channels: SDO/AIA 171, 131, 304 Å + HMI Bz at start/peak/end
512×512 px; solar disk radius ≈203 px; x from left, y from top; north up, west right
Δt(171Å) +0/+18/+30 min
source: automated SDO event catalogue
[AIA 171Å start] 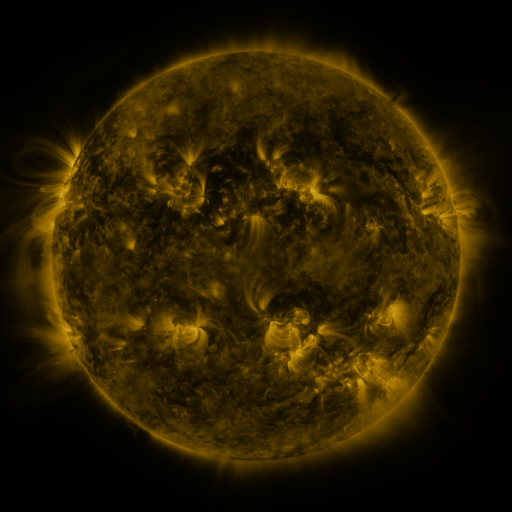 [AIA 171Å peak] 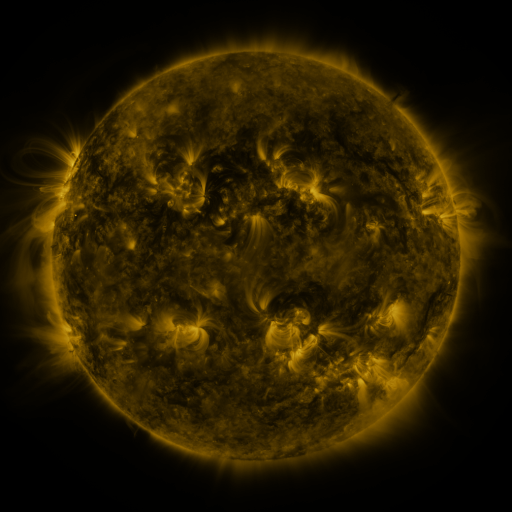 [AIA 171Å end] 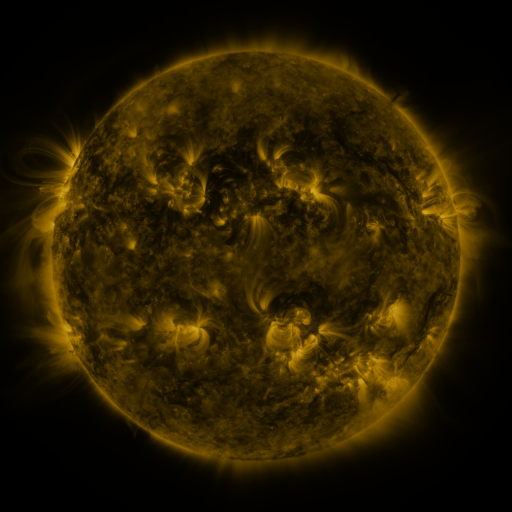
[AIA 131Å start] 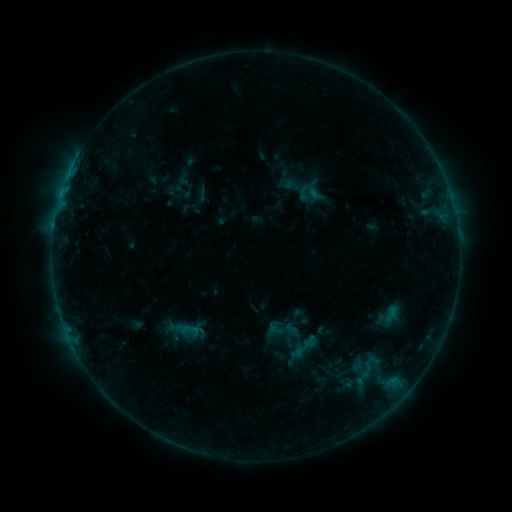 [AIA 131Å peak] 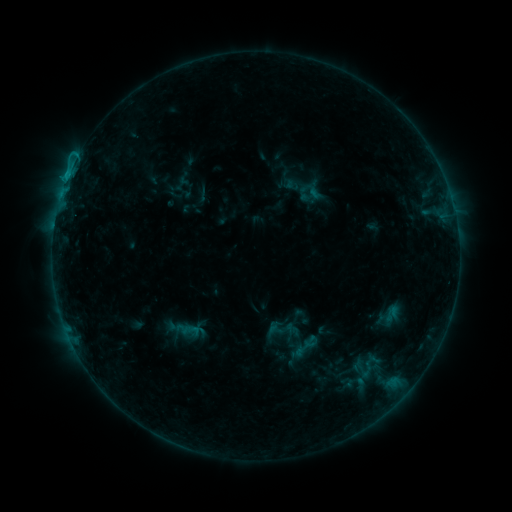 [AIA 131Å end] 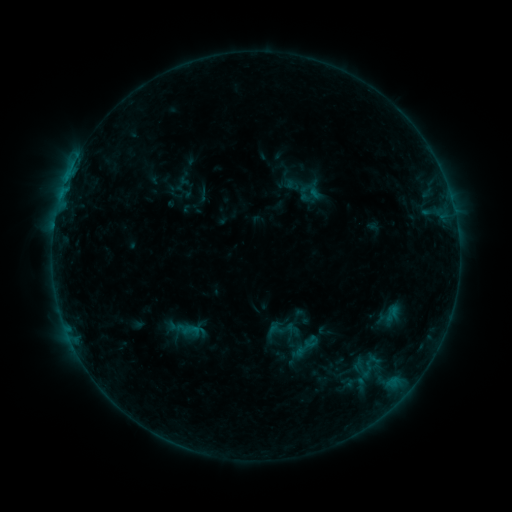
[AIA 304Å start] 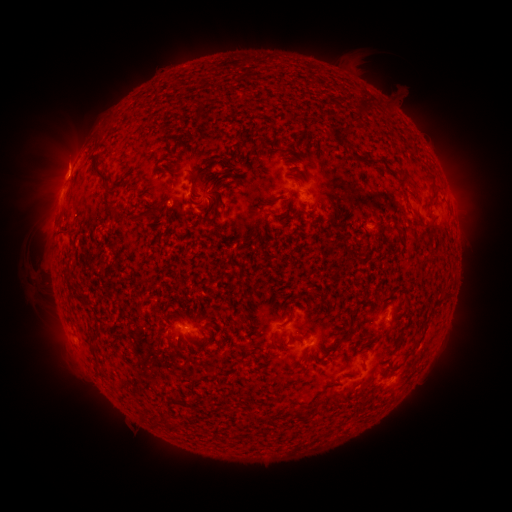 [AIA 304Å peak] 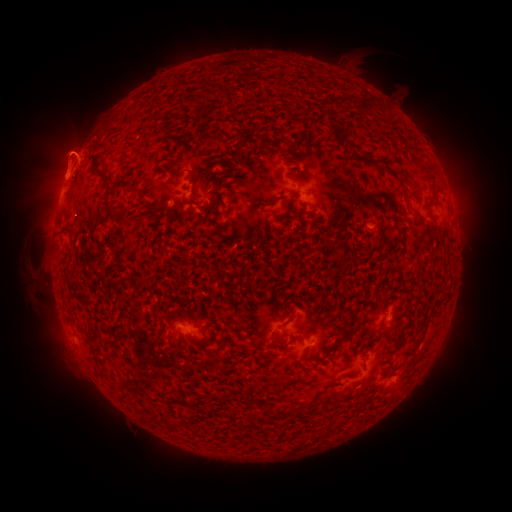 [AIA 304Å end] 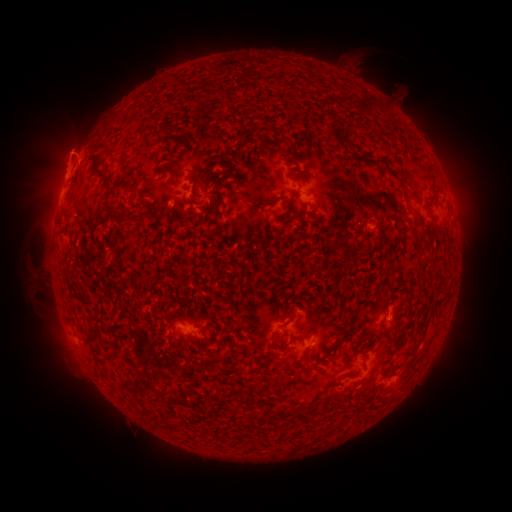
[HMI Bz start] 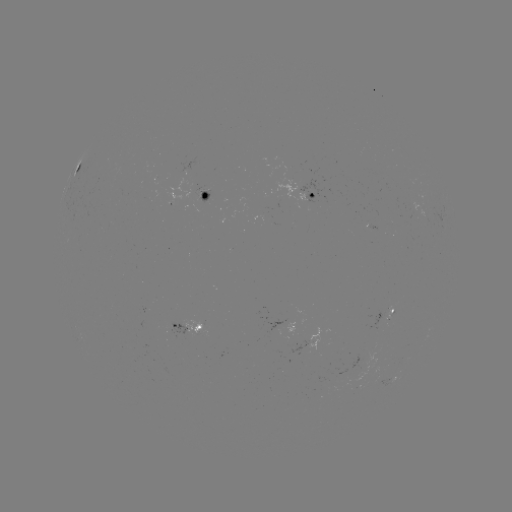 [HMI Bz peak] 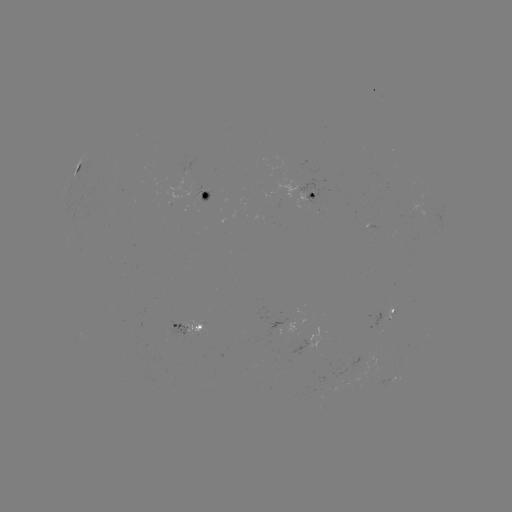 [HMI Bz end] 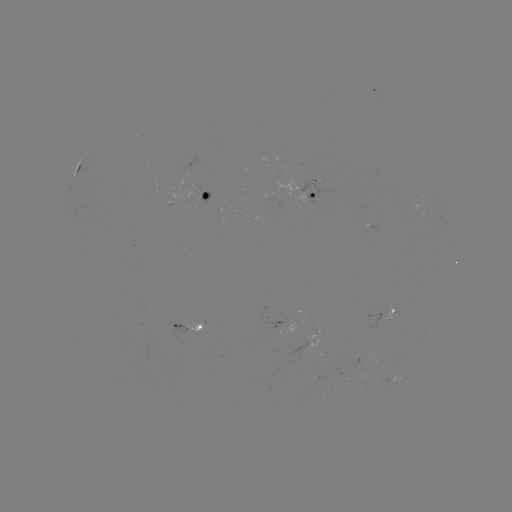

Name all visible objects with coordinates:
eruption: (64, 153)
